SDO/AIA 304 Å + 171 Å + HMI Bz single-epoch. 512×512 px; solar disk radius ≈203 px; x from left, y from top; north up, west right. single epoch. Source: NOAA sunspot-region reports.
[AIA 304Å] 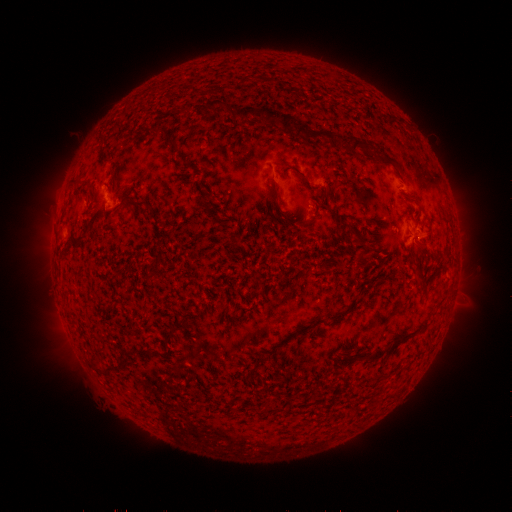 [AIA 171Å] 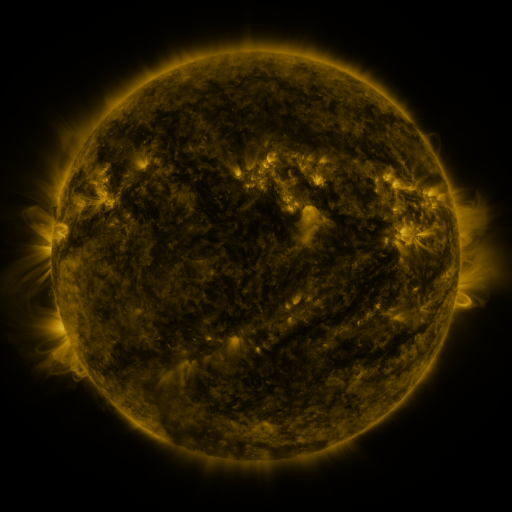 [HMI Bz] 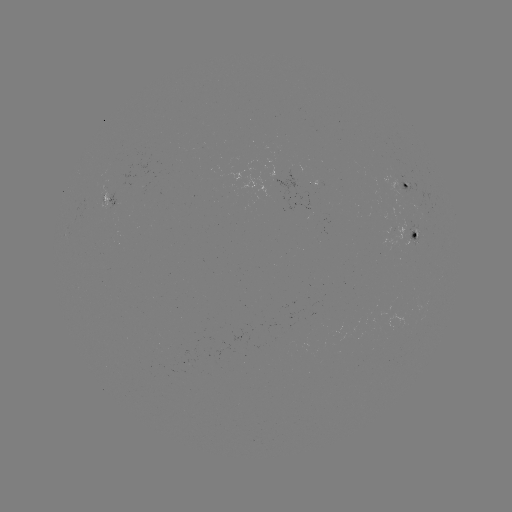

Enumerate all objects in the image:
spotted active region: (403, 186)
spotted active region: (113, 199)
spotted active region: (416, 231)
